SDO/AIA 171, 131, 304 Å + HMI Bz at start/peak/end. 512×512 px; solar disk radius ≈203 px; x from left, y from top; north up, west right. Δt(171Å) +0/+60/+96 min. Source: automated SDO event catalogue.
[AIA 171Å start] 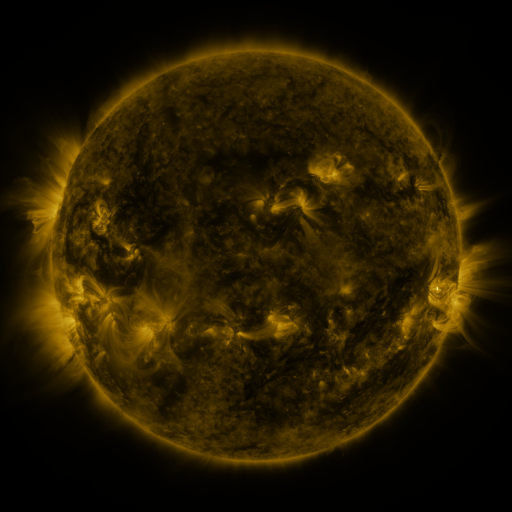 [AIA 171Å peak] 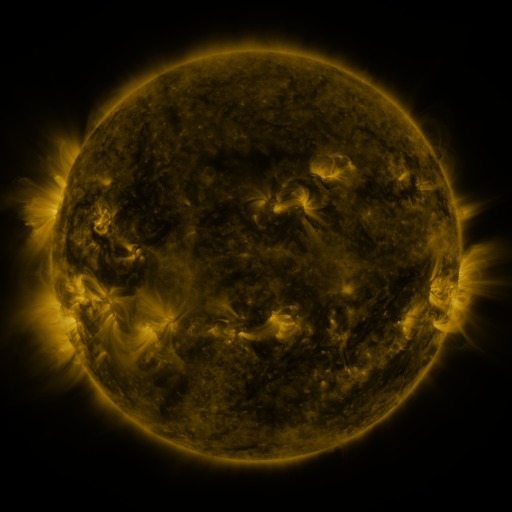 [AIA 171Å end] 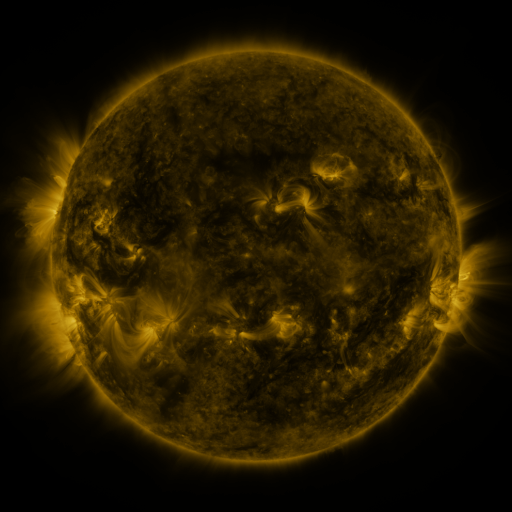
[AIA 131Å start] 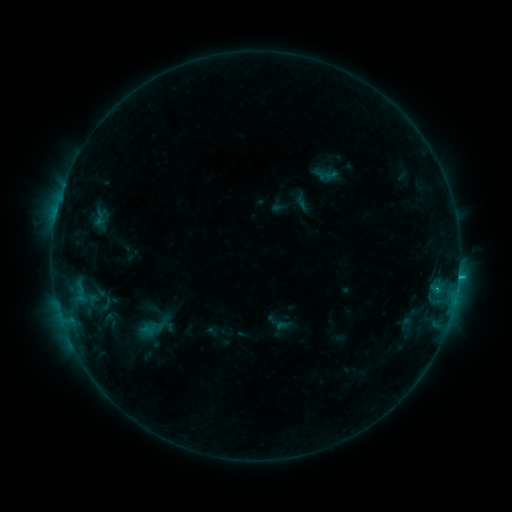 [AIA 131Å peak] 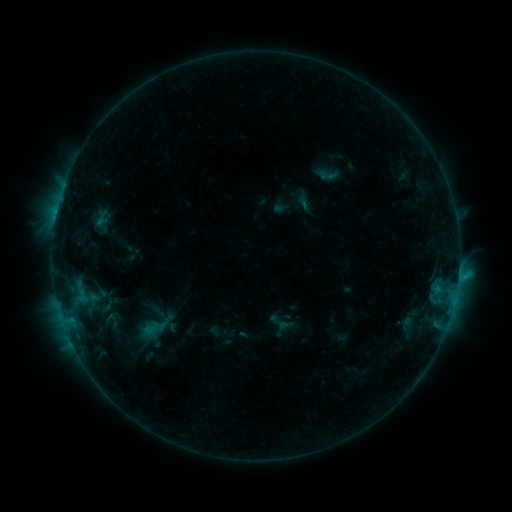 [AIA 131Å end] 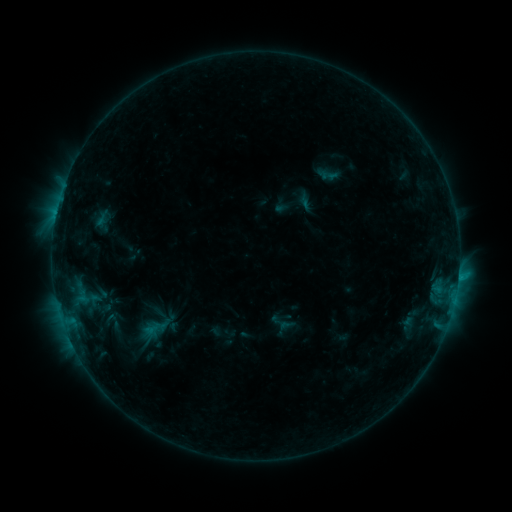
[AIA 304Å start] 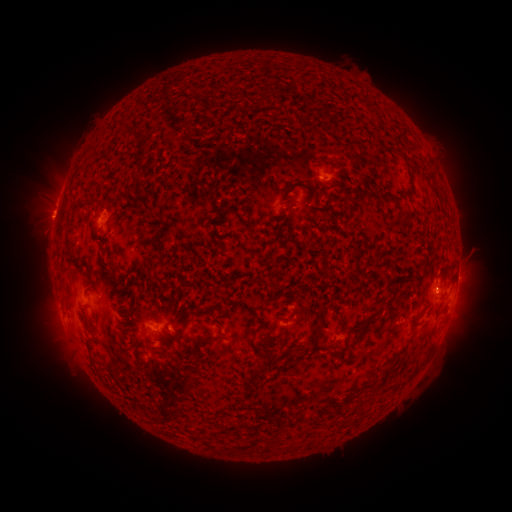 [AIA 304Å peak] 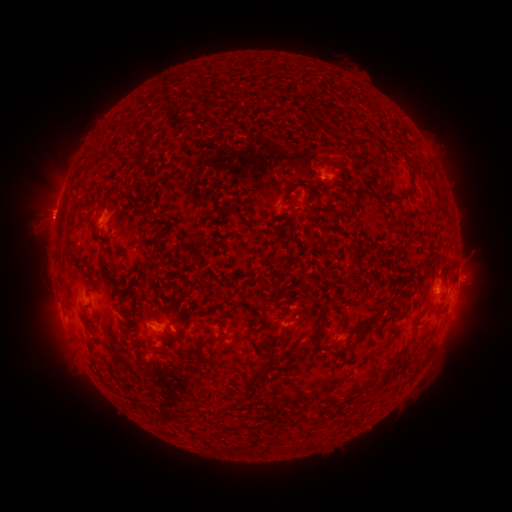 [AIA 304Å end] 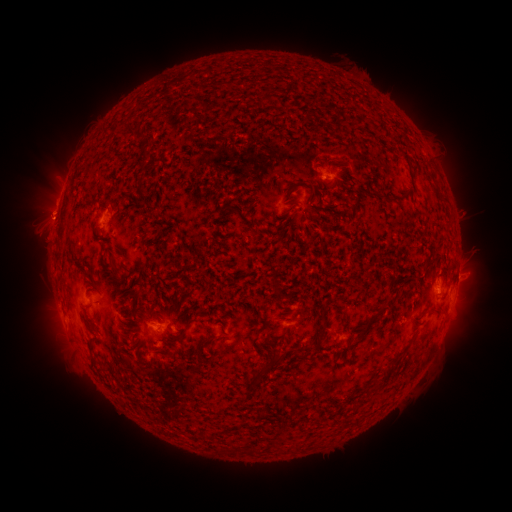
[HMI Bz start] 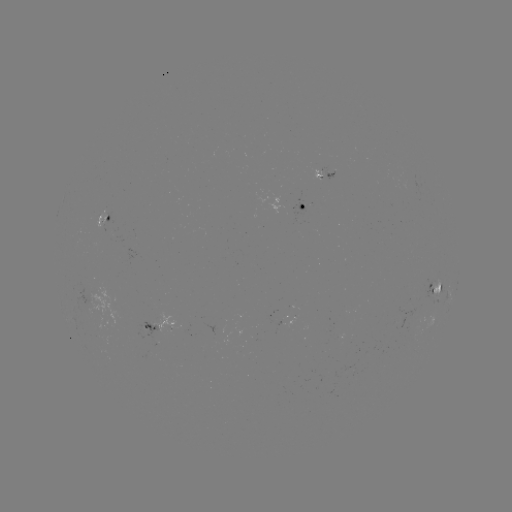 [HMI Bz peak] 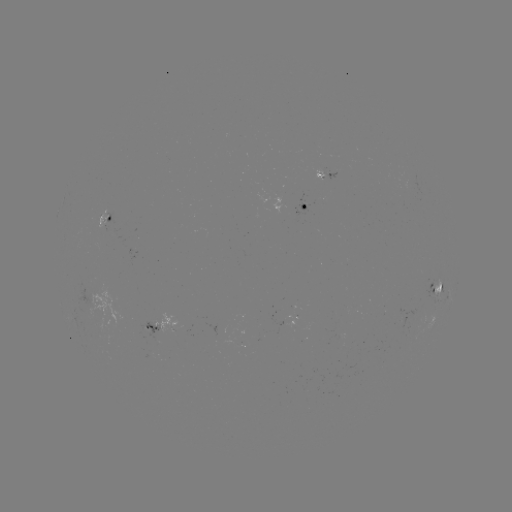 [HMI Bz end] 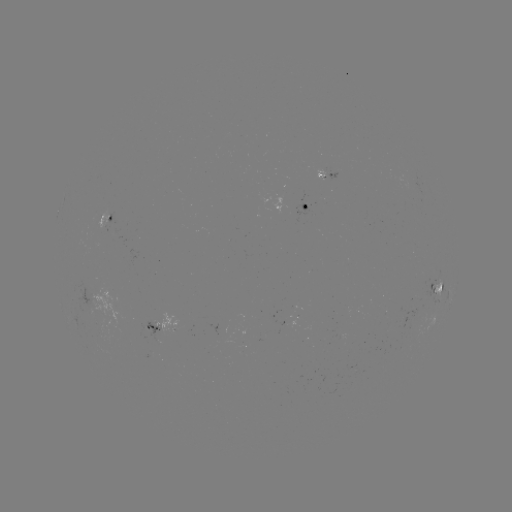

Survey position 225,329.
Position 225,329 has emerging-flux region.